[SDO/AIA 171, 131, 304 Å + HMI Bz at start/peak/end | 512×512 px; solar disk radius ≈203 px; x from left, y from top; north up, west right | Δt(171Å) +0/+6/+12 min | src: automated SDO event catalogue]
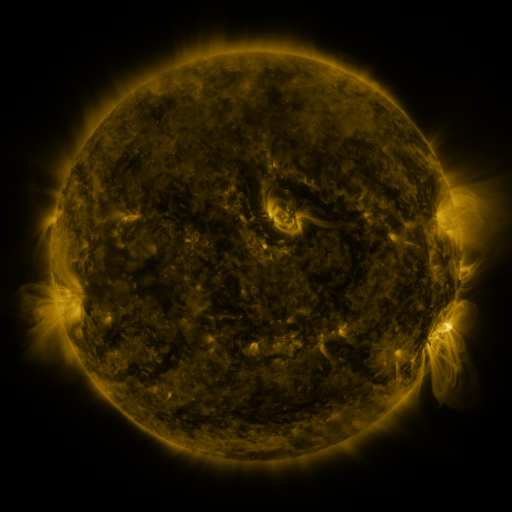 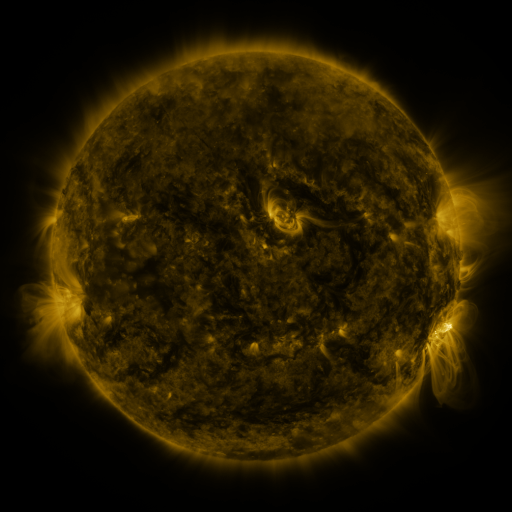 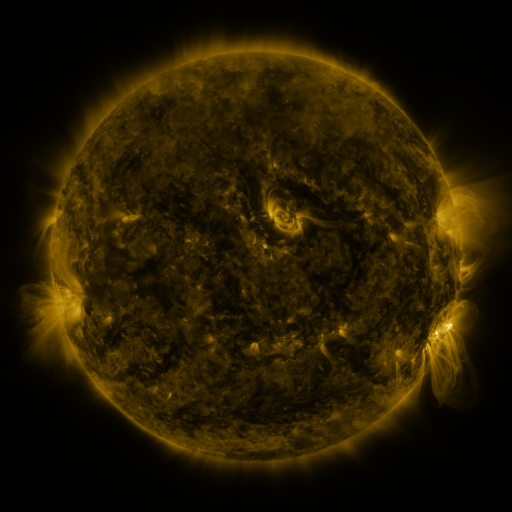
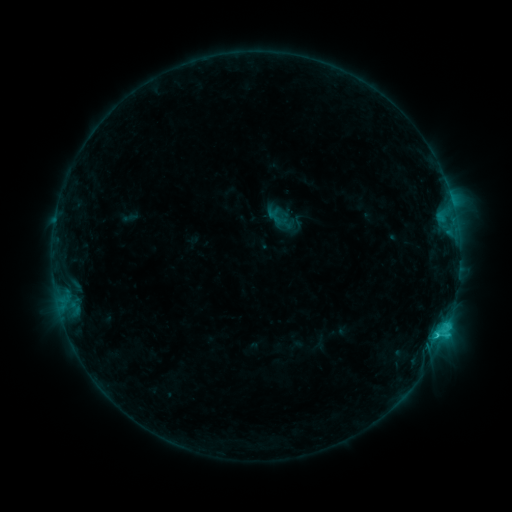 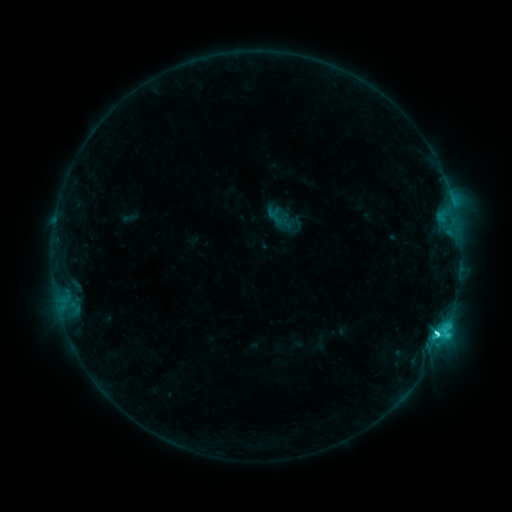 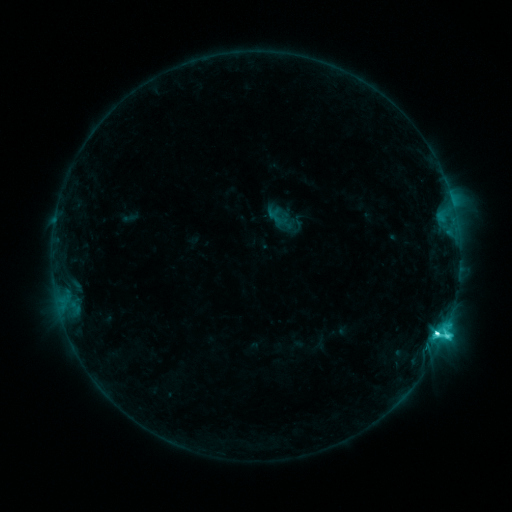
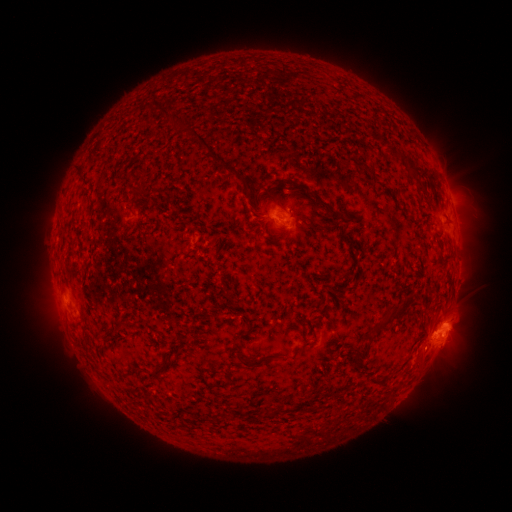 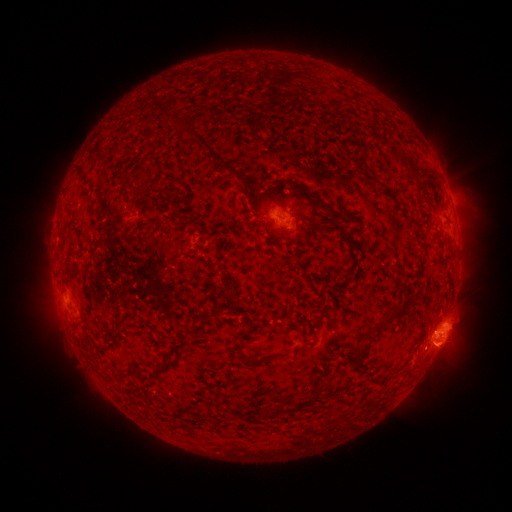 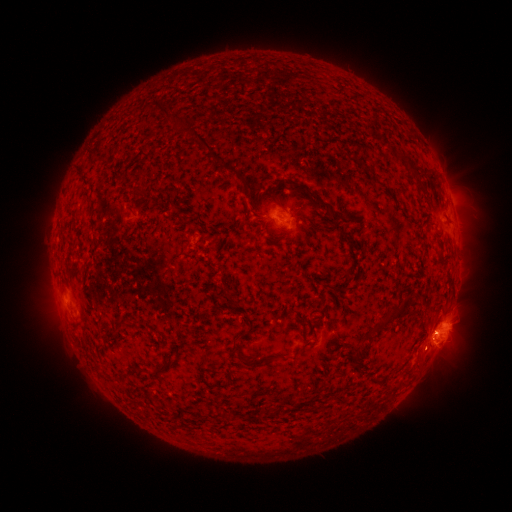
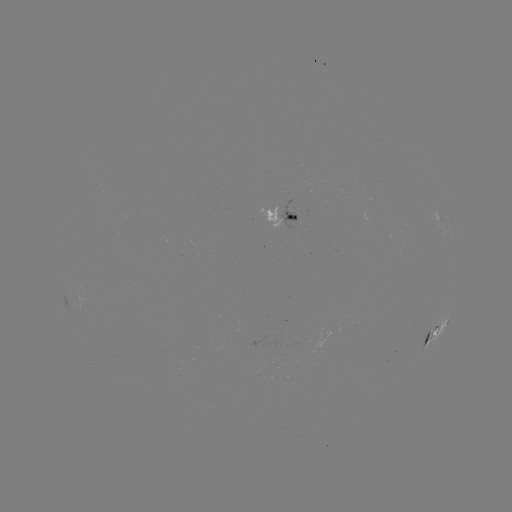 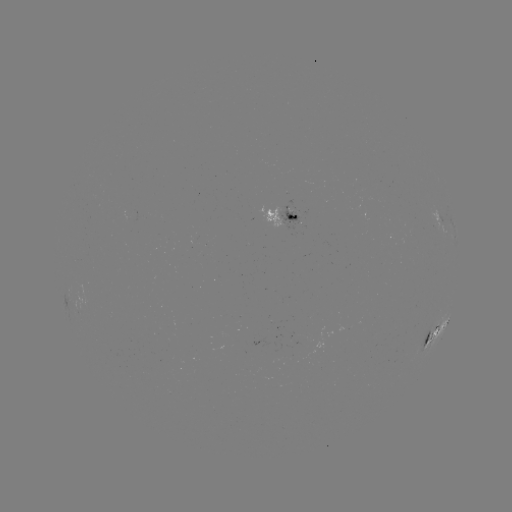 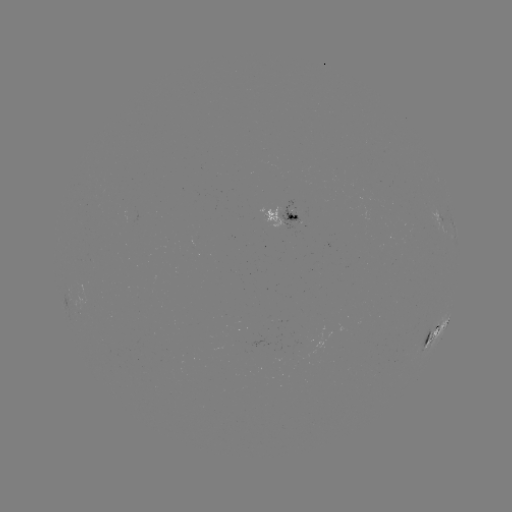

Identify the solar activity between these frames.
C7.6 flare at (437, 331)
